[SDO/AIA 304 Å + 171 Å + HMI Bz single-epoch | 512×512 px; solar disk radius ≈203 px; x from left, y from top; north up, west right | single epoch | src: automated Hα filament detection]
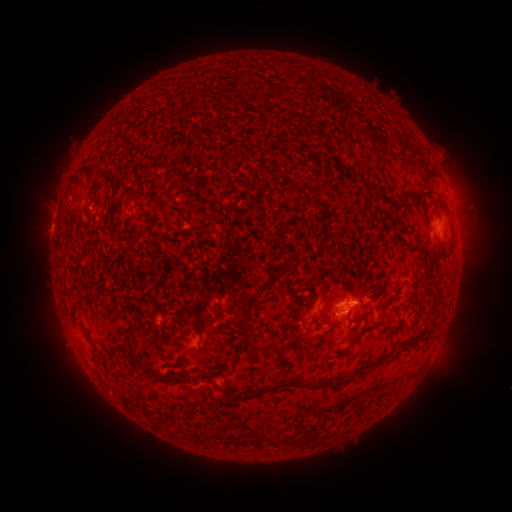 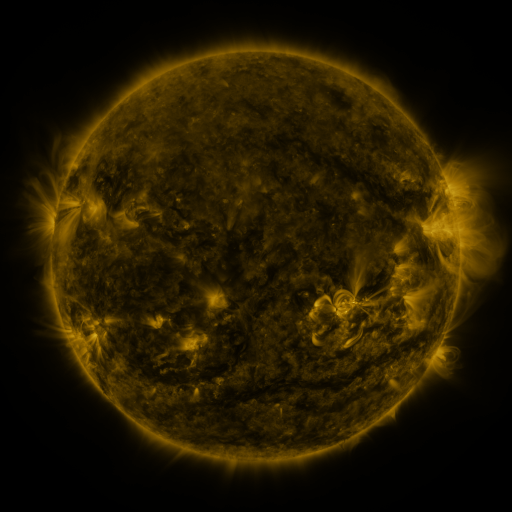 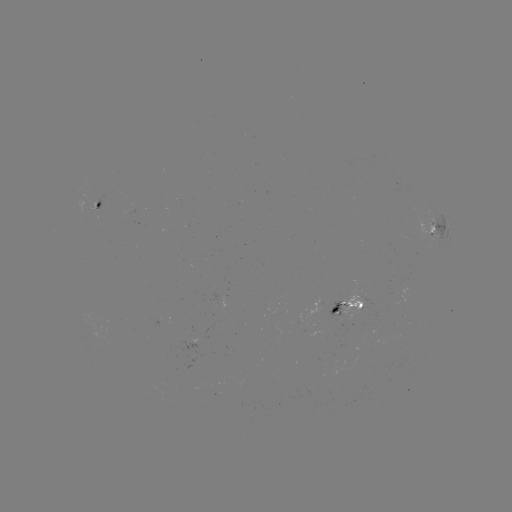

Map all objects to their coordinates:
filament: (92, 180)
filament: (110, 180)
filament: (403, 195)
filament: (113, 199)
filament: (389, 201)
filament: (419, 248)
filament: (449, 251)
filament: (335, 309)
filament: (215, 310)
filament: (231, 312)
filament: (244, 318)
filament: (361, 318)
filament: (390, 327)
filament: (131, 339)
filament: (414, 340)
filament: (379, 362)
filament: (155, 370)
filament: (204, 374)
filament: (179, 379)
filament: (292, 383)
filament: (243, 394)
filament: (165, 420)
filament: (295, 439)
filament: (310, 440)
